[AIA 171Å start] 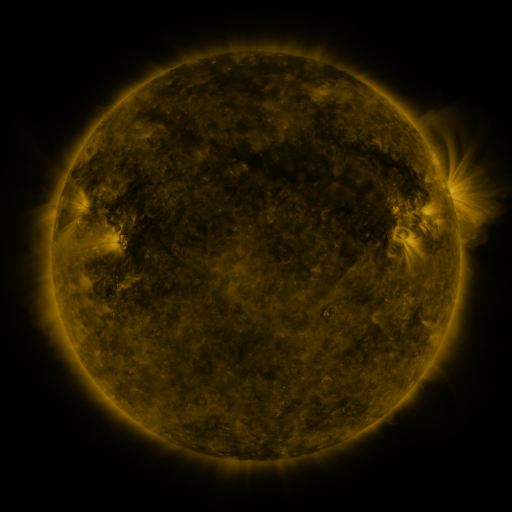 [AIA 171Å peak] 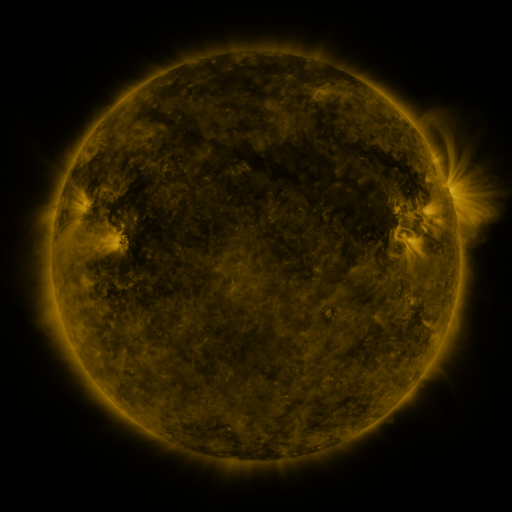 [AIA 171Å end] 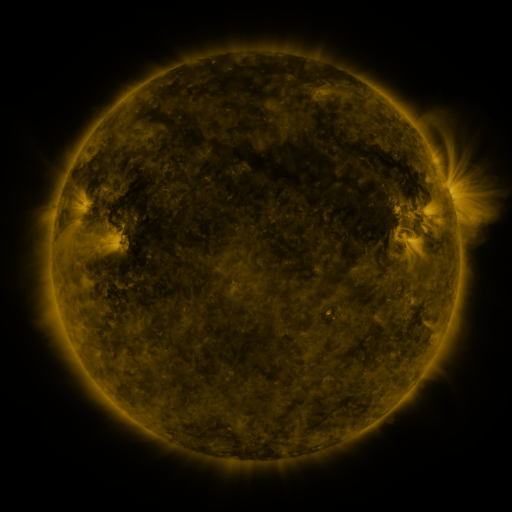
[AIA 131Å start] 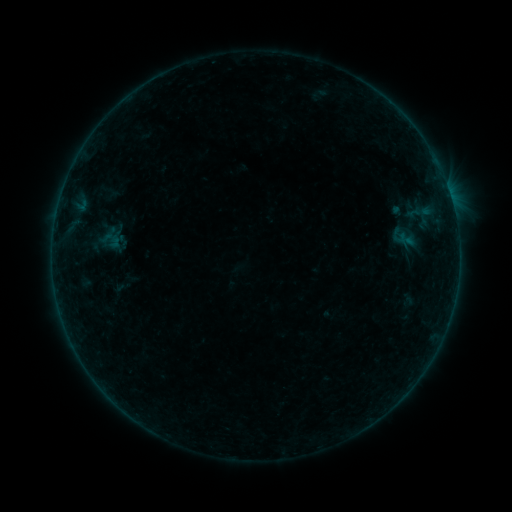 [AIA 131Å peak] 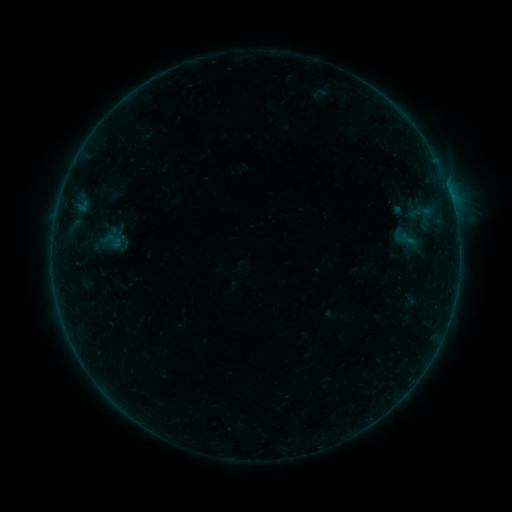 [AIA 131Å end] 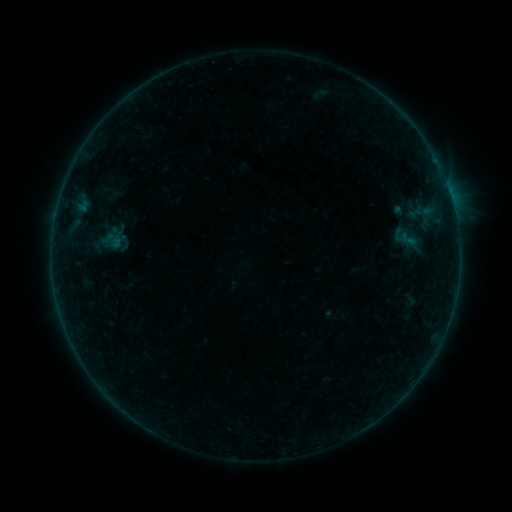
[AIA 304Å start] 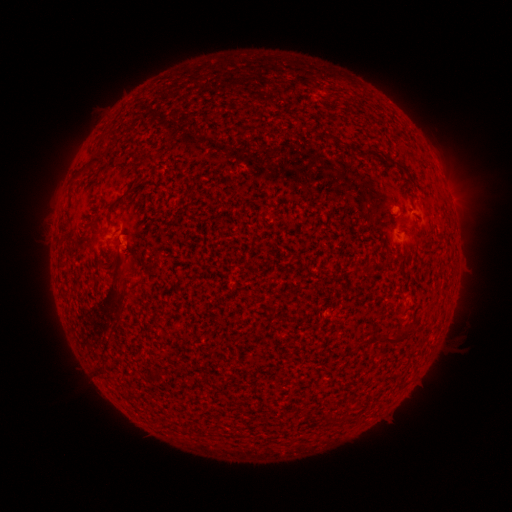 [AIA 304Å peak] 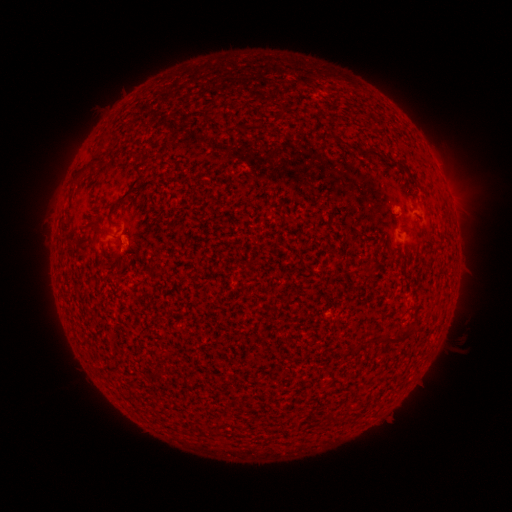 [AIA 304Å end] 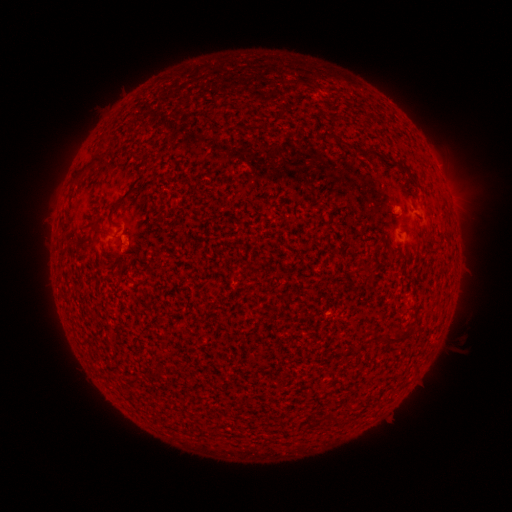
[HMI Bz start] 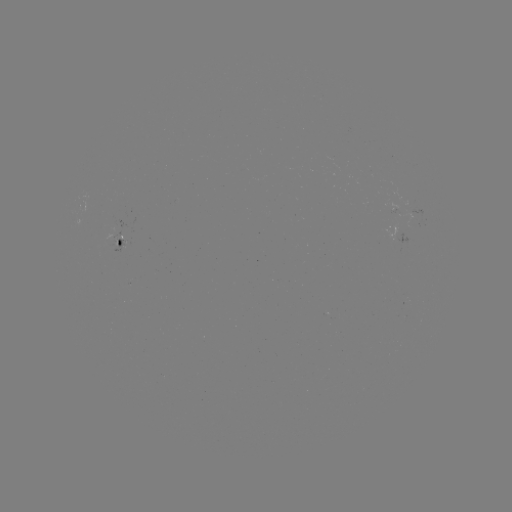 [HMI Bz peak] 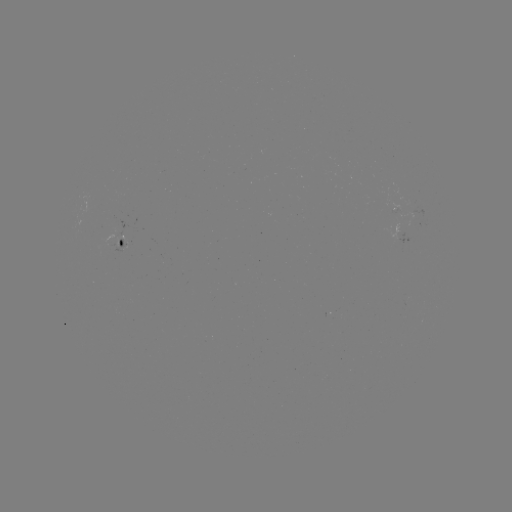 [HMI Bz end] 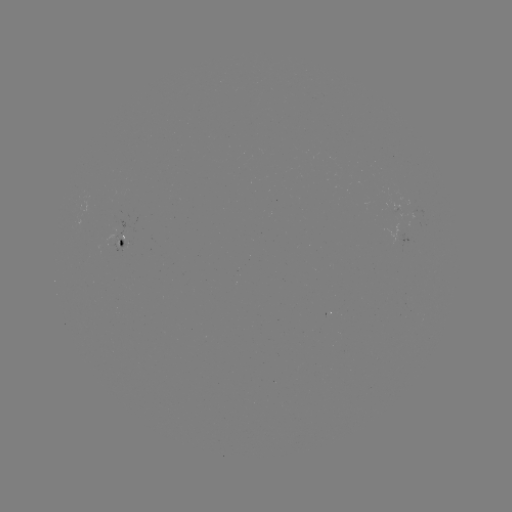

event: emerging-flux region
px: (415, 209)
